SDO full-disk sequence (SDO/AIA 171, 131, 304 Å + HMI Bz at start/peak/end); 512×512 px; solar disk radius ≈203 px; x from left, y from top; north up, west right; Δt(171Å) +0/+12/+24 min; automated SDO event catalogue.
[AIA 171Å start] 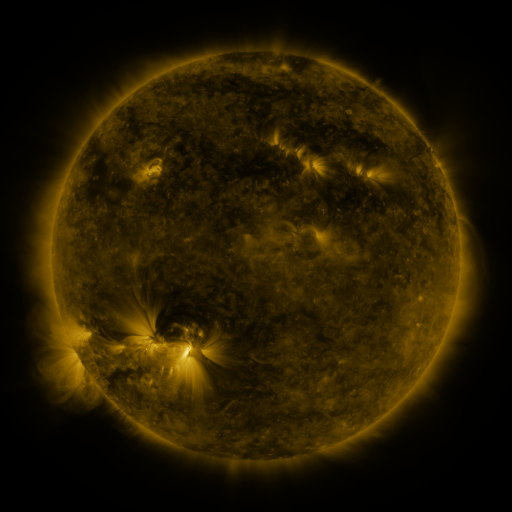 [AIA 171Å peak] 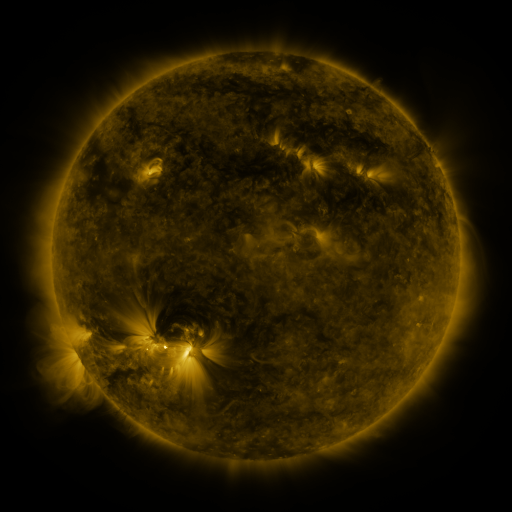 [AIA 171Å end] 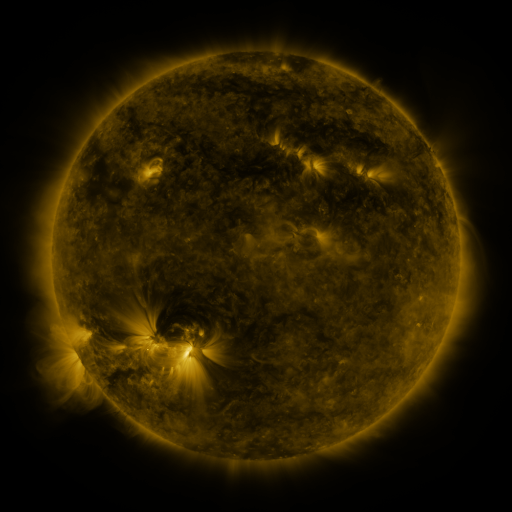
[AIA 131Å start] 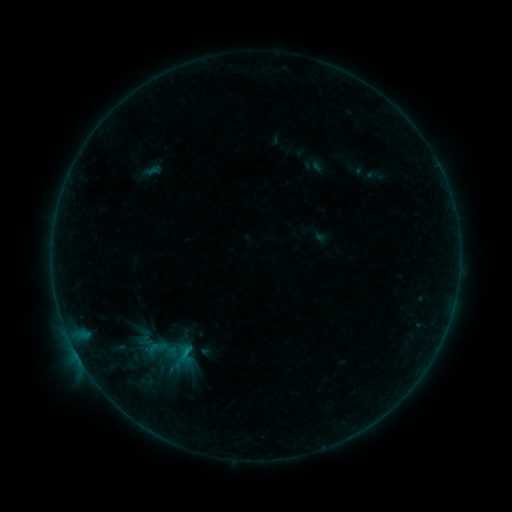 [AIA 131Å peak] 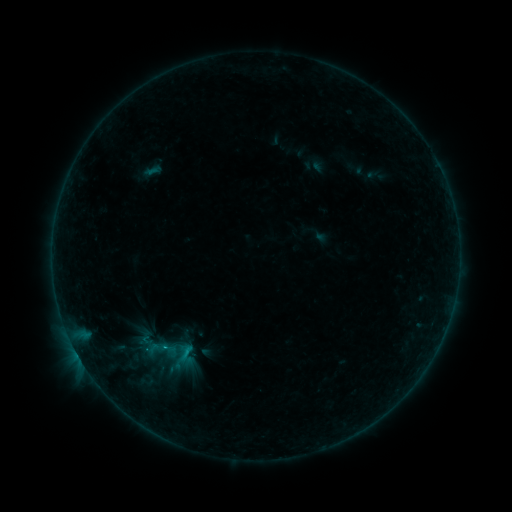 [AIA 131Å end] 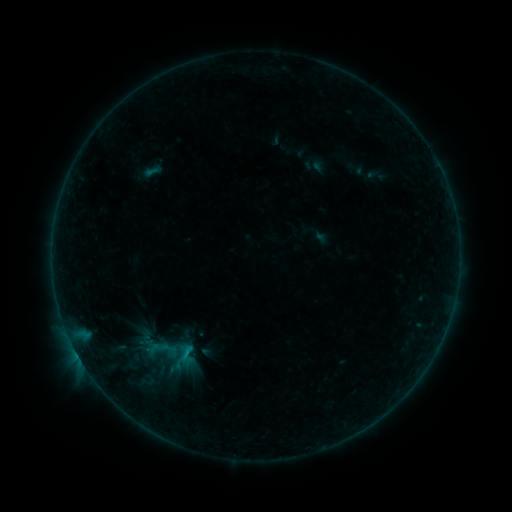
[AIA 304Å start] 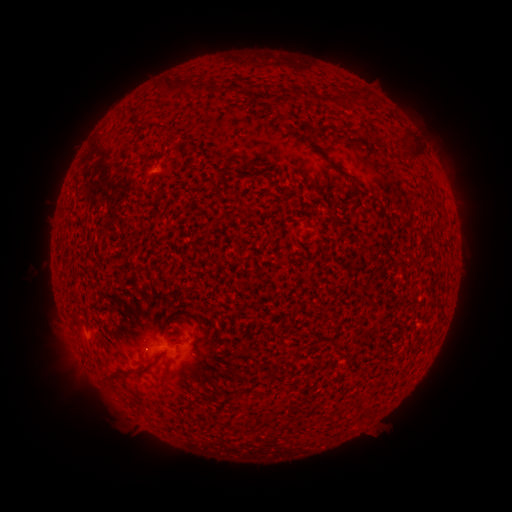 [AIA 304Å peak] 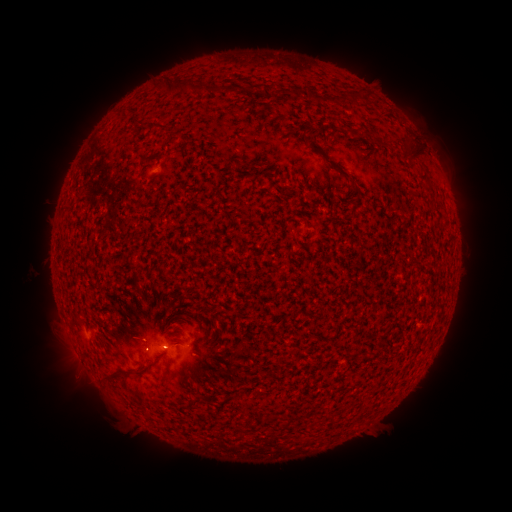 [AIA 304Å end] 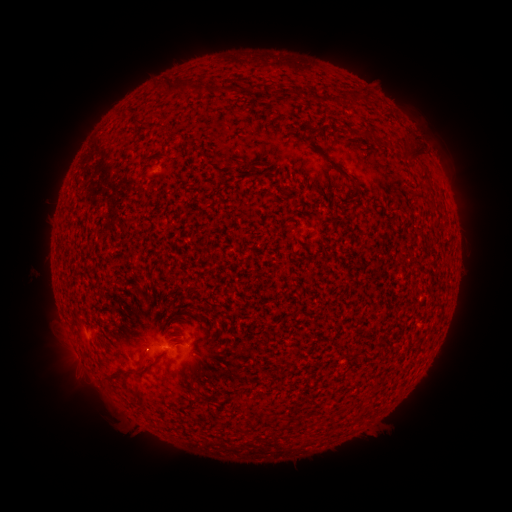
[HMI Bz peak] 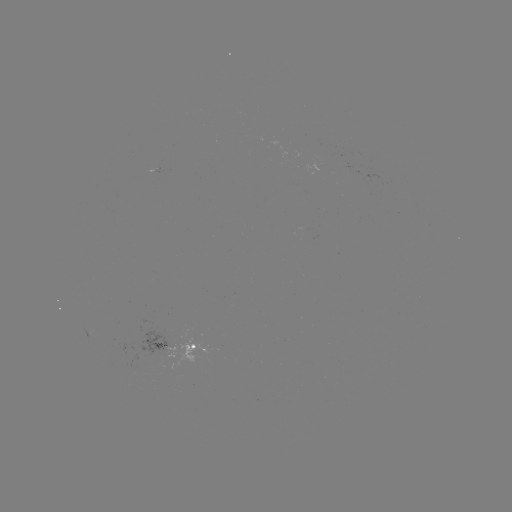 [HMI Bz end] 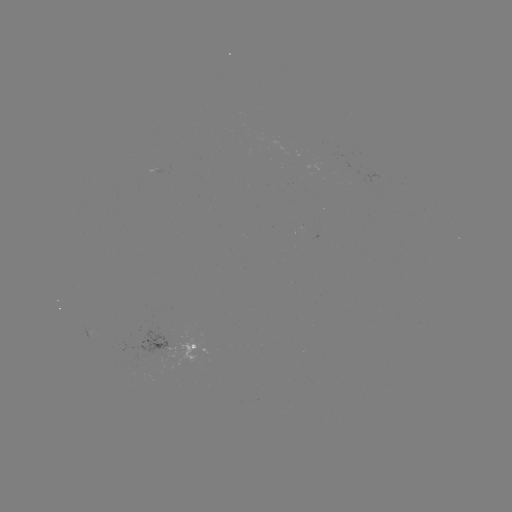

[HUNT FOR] B2.8 flare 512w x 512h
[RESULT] (166, 346)